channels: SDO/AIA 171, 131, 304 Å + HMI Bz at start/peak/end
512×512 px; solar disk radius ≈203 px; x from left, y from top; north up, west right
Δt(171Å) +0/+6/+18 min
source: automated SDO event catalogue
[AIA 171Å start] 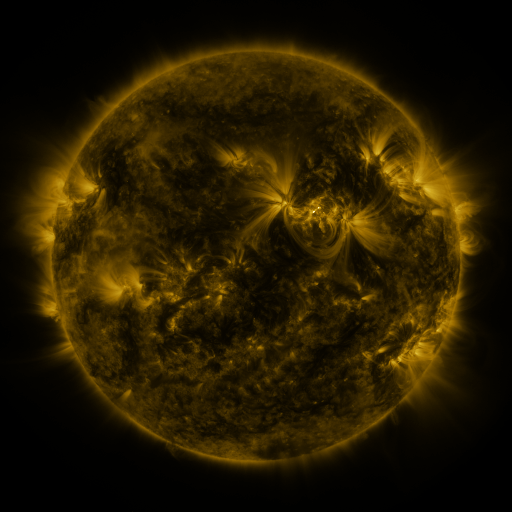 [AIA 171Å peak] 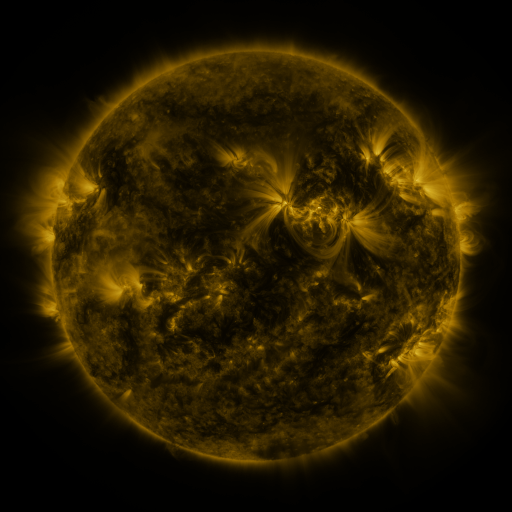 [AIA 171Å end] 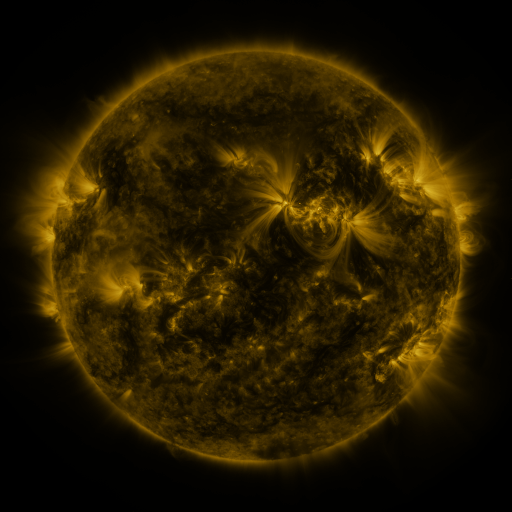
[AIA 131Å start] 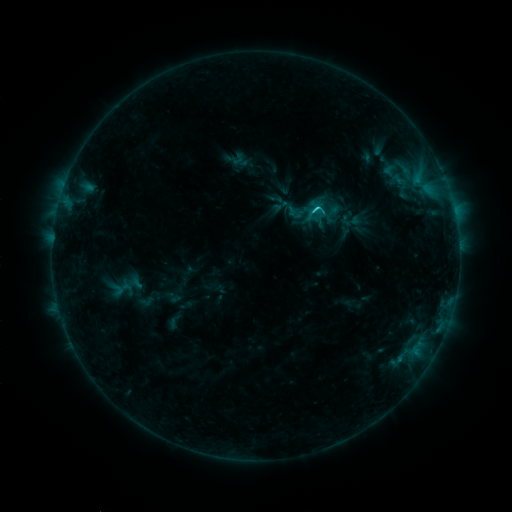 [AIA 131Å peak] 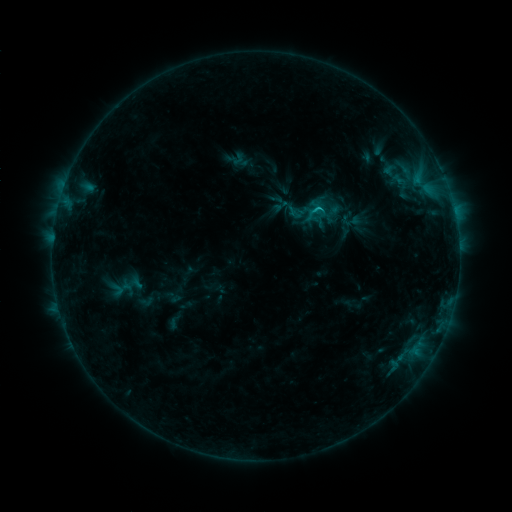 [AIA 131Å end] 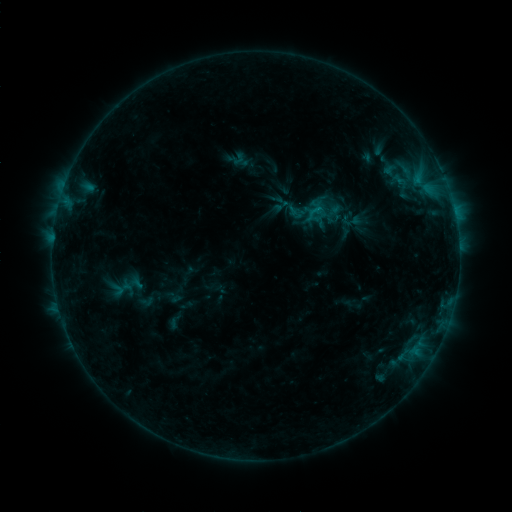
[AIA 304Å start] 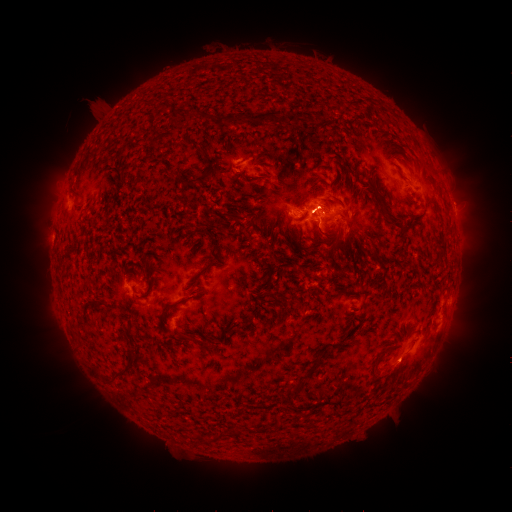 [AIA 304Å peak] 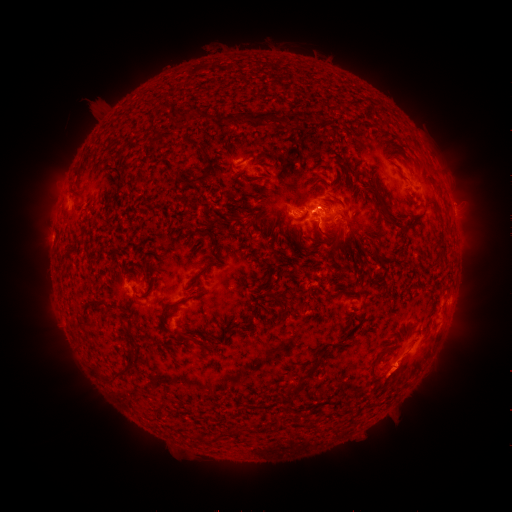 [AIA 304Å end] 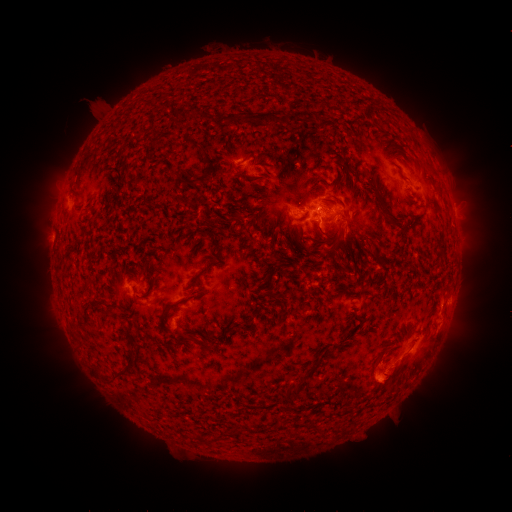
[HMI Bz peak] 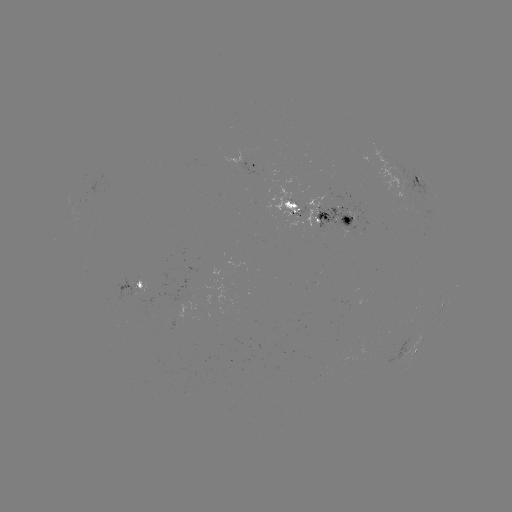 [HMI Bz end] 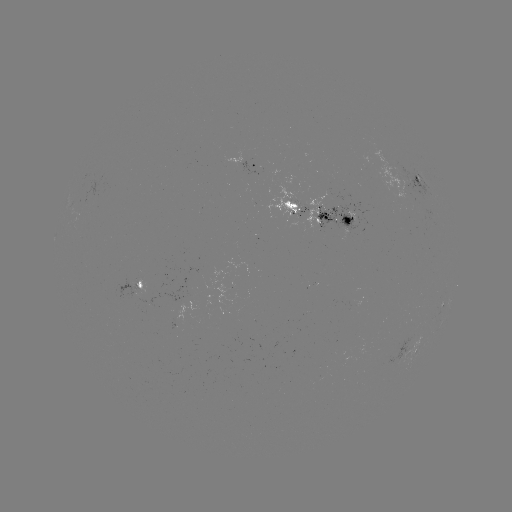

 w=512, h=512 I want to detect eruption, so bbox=[370, 317, 418, 348].